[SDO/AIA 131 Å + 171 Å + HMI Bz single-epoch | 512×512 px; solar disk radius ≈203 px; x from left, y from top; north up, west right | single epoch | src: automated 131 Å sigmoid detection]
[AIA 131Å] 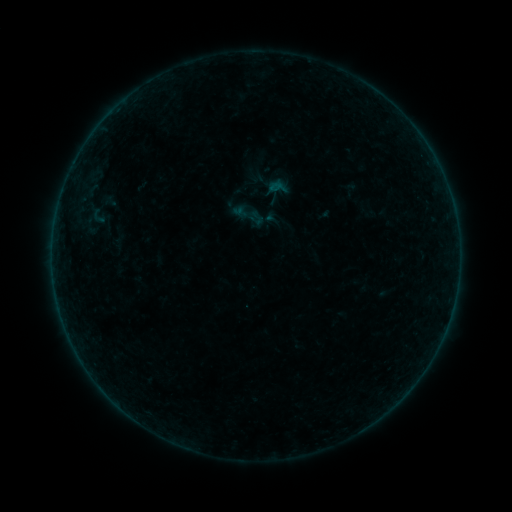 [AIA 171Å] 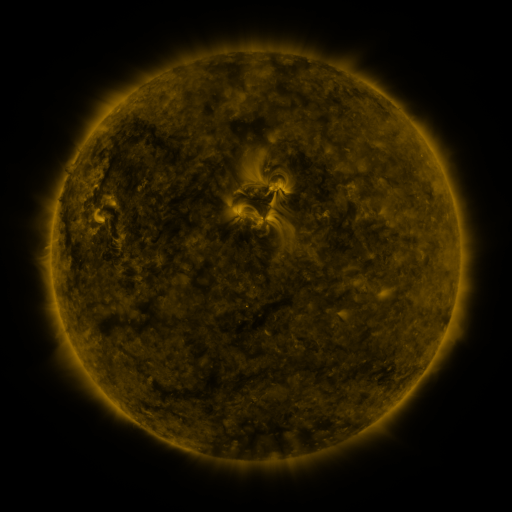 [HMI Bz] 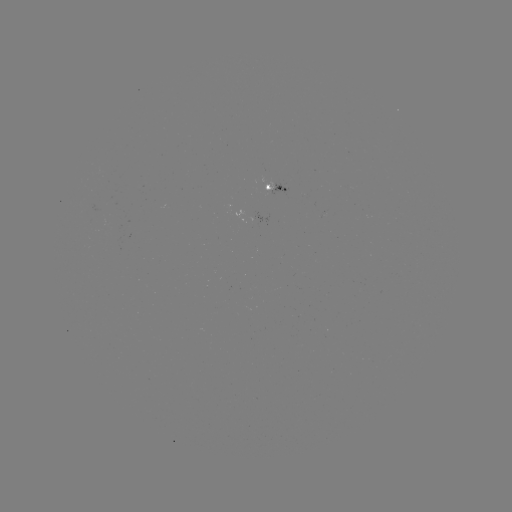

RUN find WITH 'sigmoid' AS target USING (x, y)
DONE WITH (248, 214) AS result